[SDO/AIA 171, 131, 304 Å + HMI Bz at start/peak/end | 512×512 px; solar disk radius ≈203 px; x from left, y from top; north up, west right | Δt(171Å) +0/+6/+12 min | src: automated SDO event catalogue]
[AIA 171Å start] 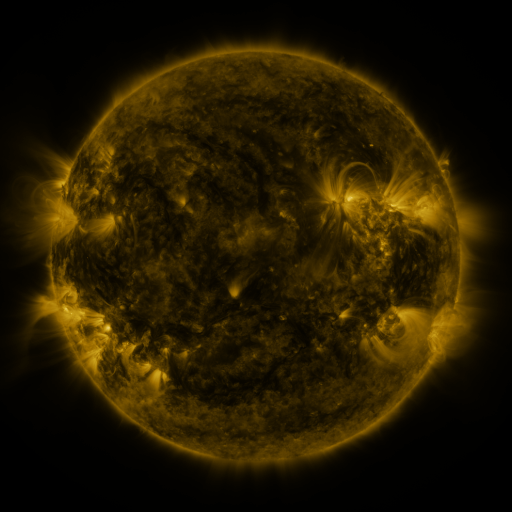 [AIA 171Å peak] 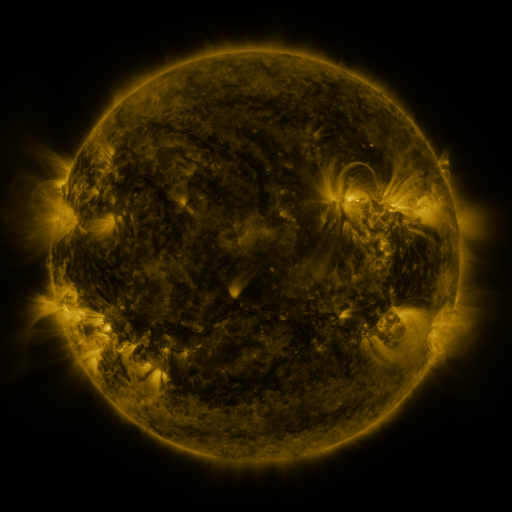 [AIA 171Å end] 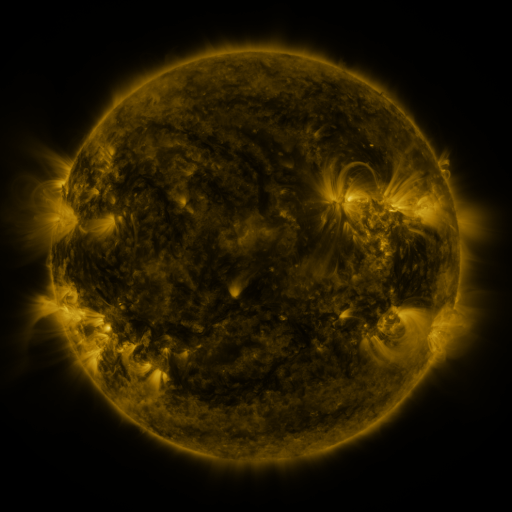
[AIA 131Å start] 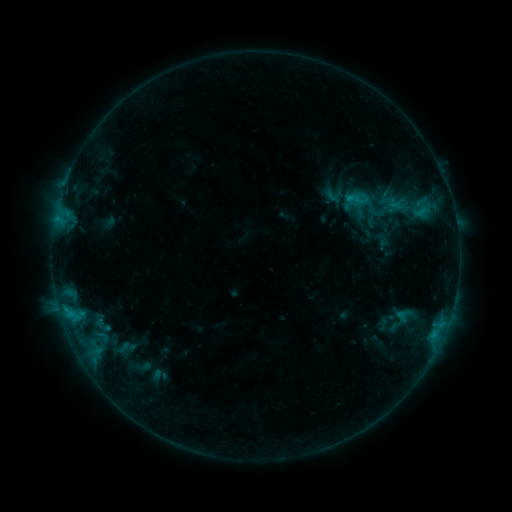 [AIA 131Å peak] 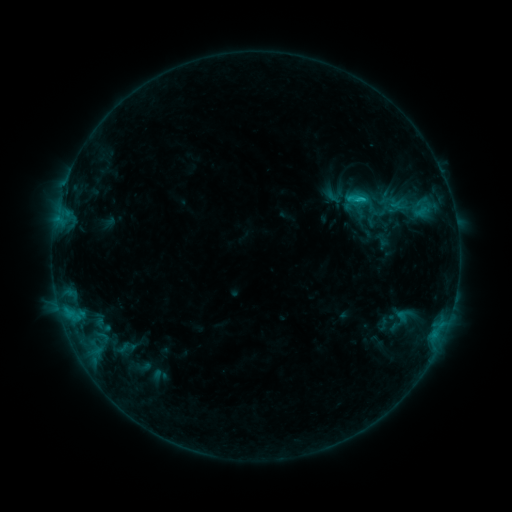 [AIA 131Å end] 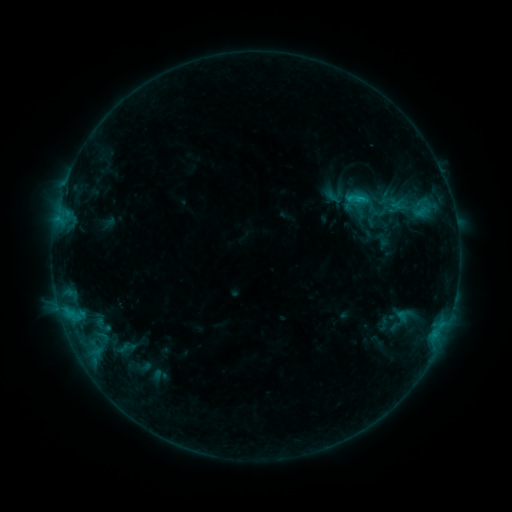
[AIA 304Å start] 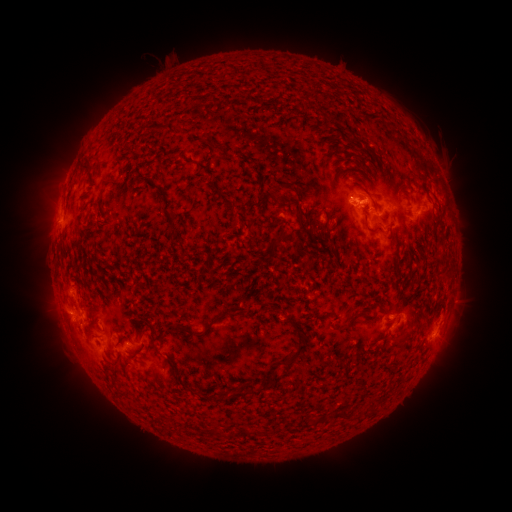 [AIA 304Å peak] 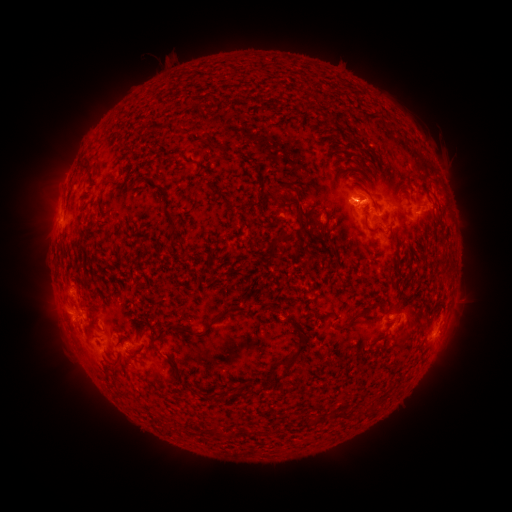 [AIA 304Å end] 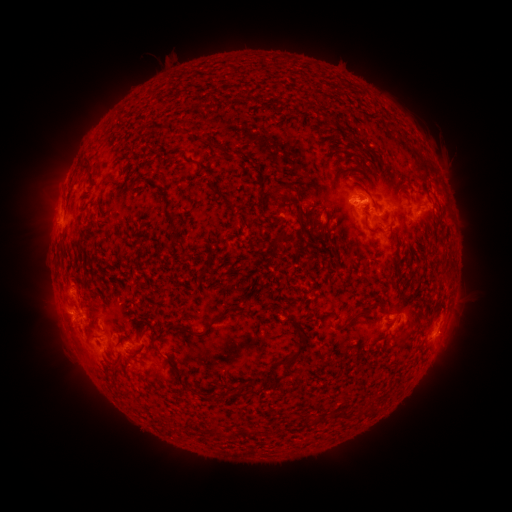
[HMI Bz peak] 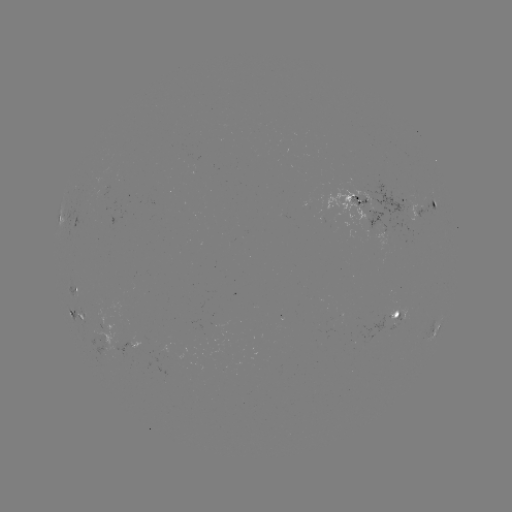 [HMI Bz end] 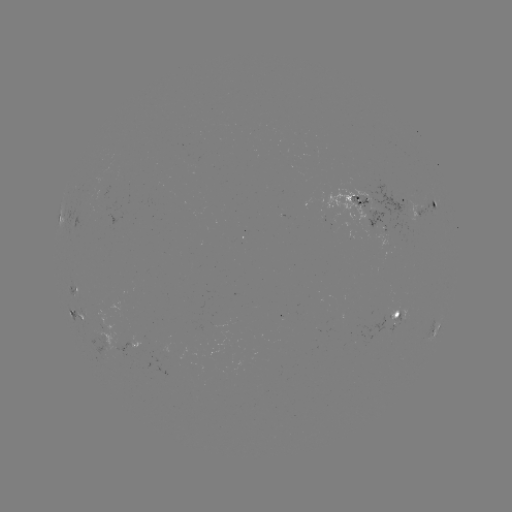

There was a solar flare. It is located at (359, 201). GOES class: B8.6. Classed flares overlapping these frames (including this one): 1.